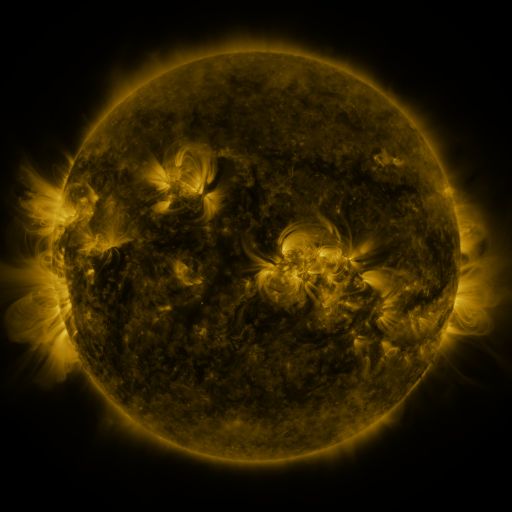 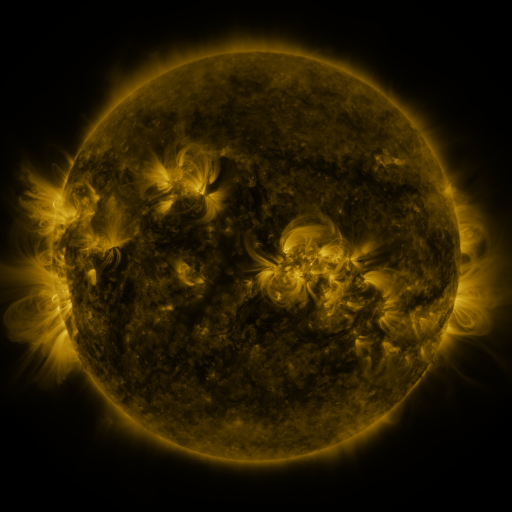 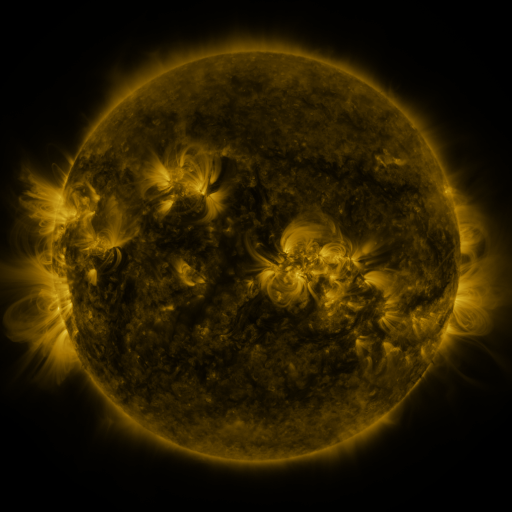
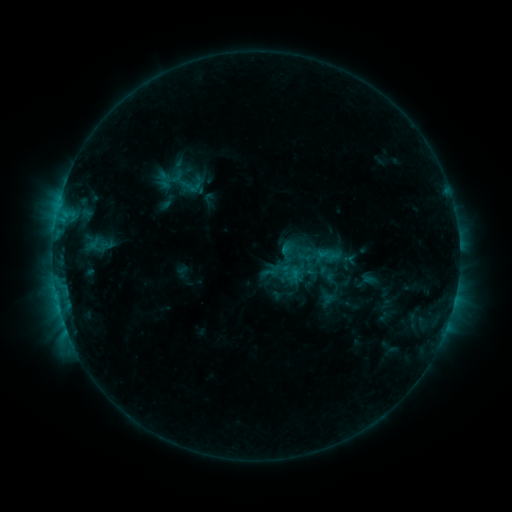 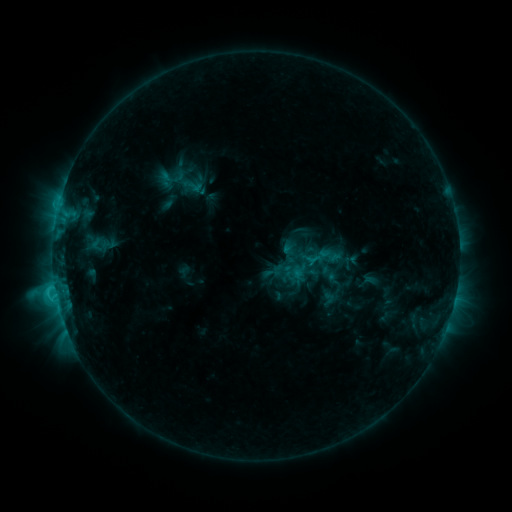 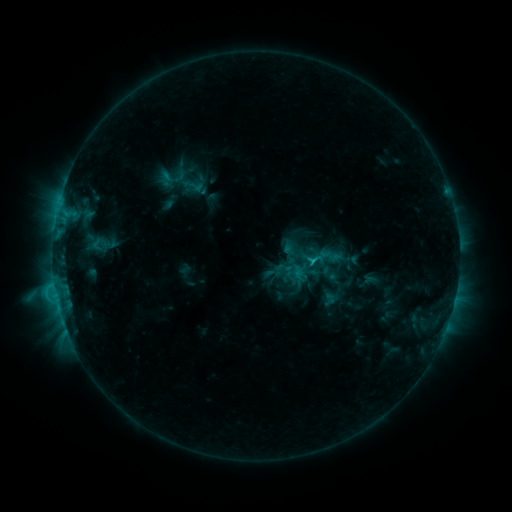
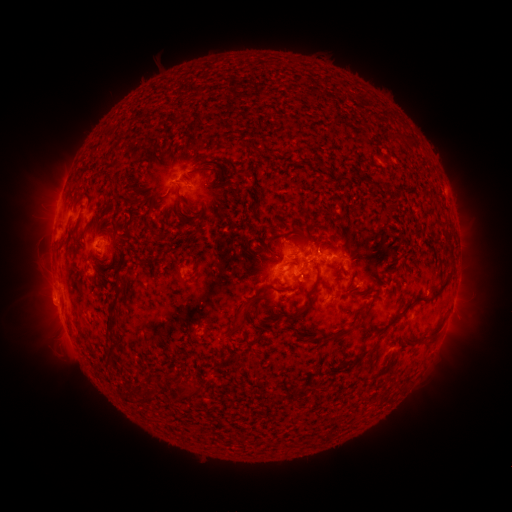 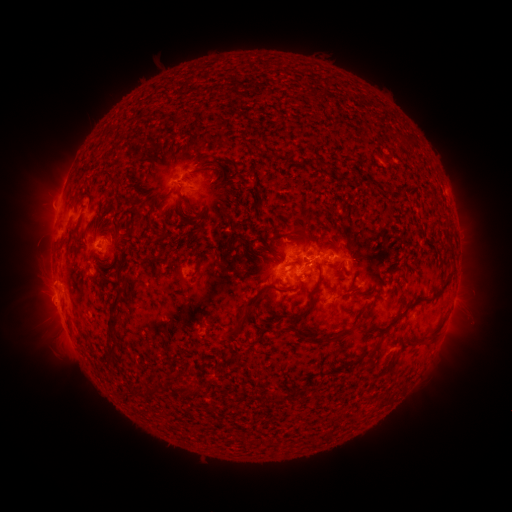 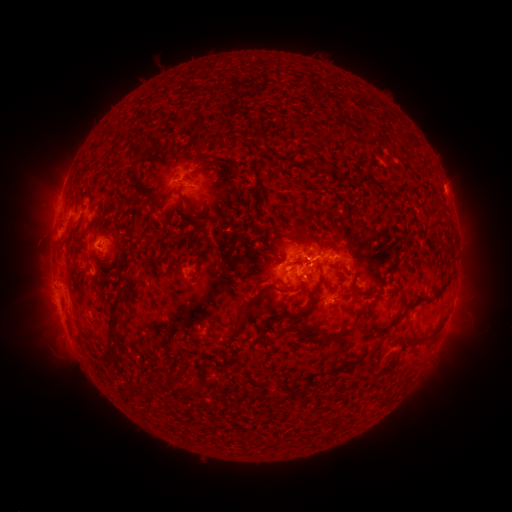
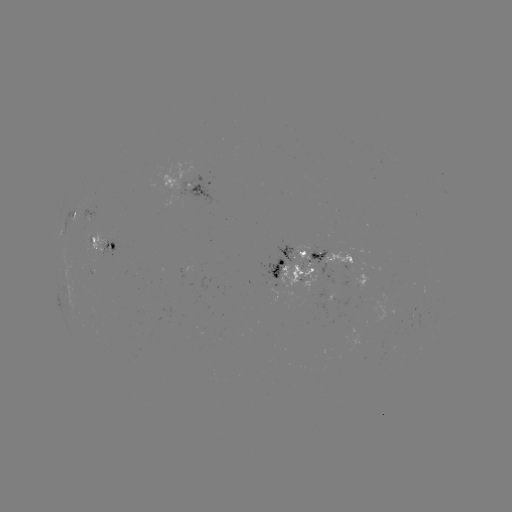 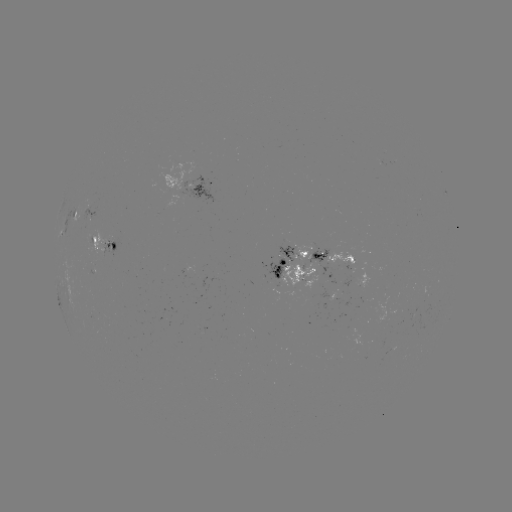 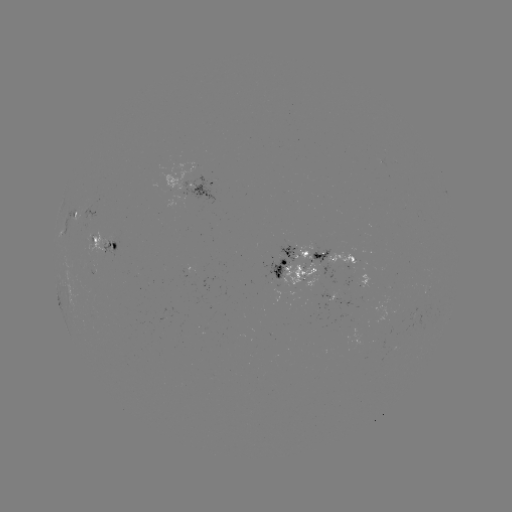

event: emerging-flux region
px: (89, 215)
